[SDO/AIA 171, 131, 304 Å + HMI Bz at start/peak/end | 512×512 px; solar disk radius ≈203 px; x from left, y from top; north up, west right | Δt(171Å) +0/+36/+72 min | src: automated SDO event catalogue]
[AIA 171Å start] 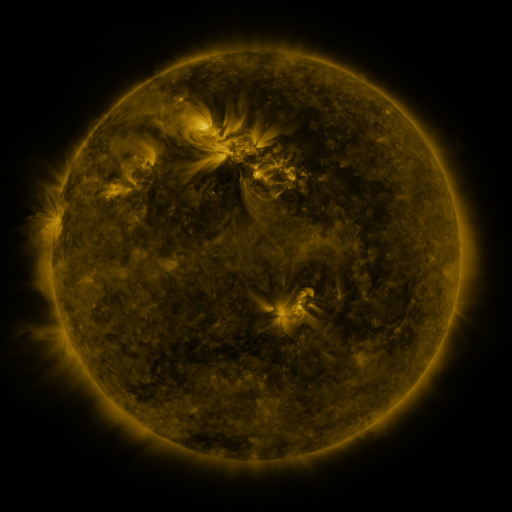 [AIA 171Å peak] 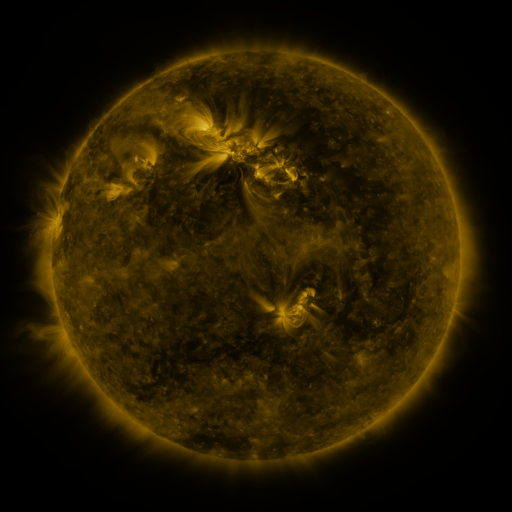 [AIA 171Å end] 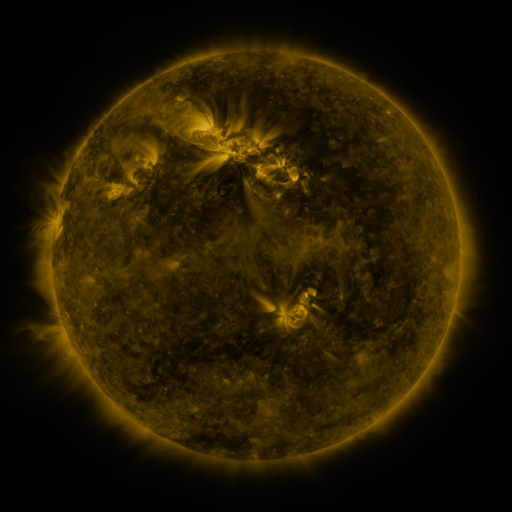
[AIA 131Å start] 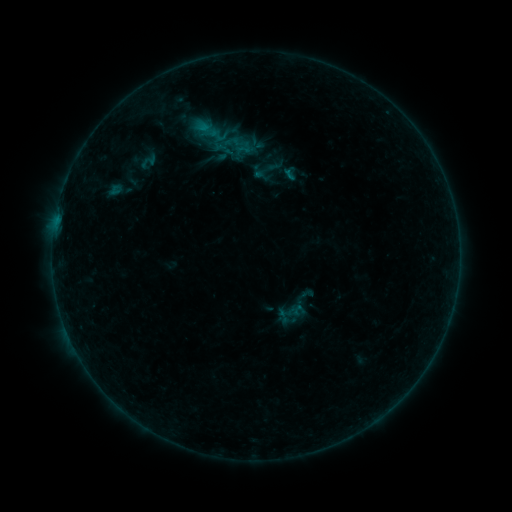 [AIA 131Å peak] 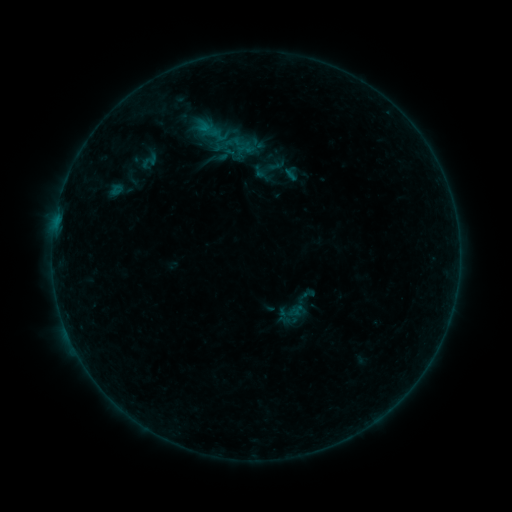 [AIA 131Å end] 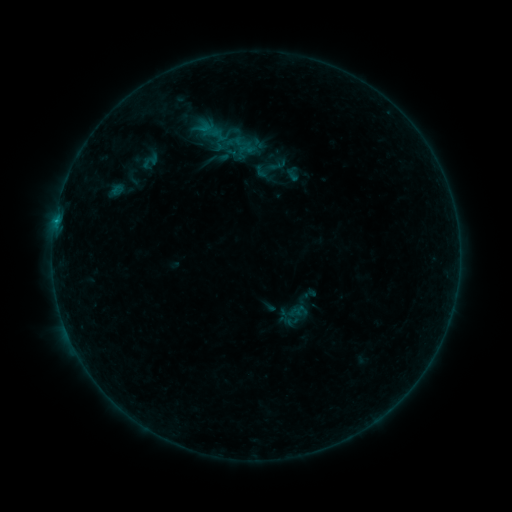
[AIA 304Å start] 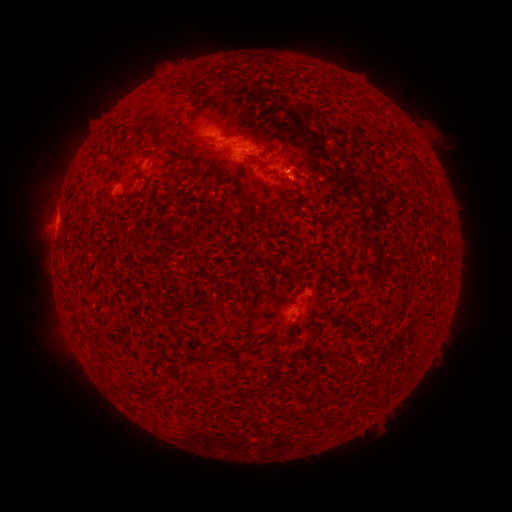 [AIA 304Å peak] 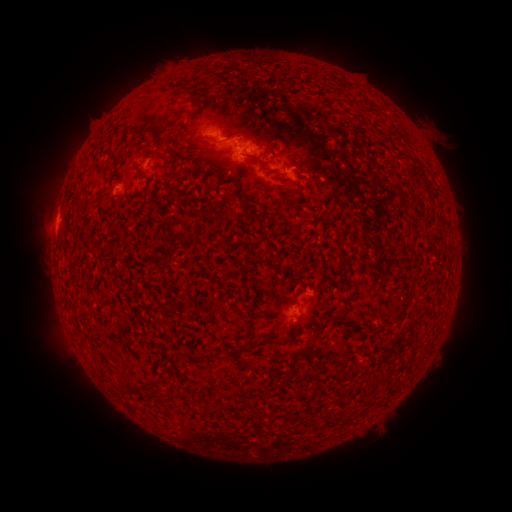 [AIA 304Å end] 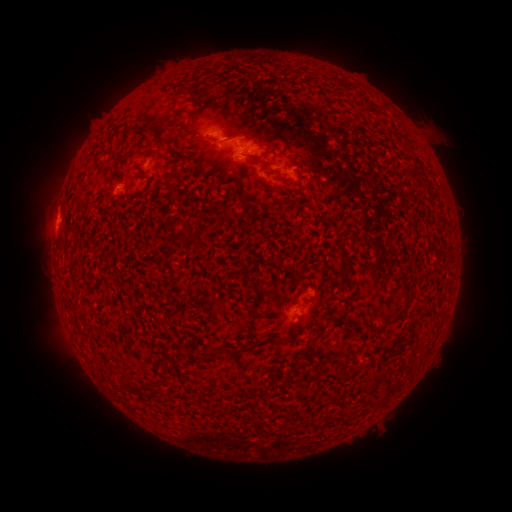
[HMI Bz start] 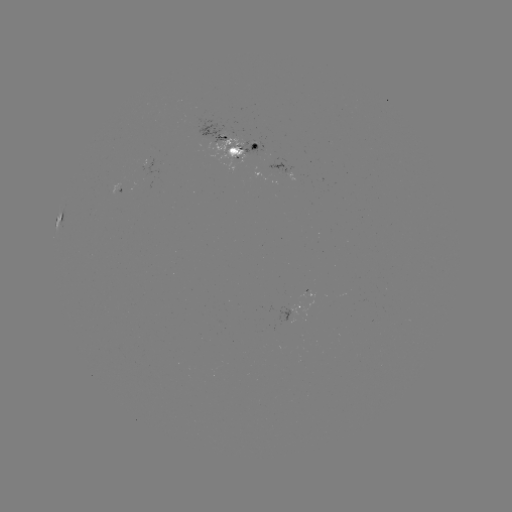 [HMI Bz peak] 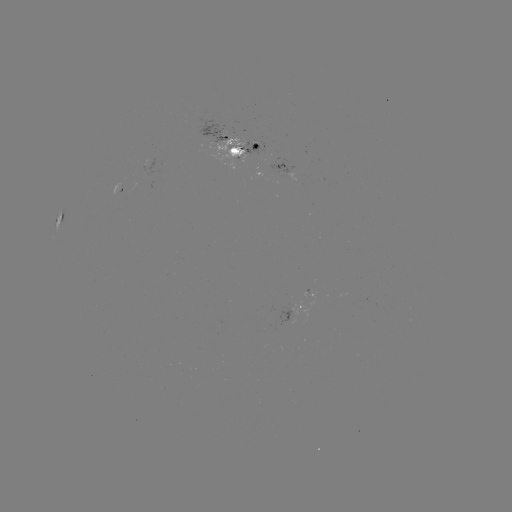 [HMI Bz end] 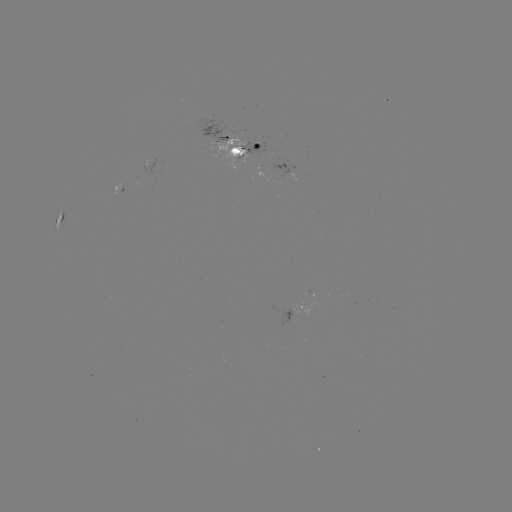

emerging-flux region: <bbox>242, 144, 259, 159</bbox>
